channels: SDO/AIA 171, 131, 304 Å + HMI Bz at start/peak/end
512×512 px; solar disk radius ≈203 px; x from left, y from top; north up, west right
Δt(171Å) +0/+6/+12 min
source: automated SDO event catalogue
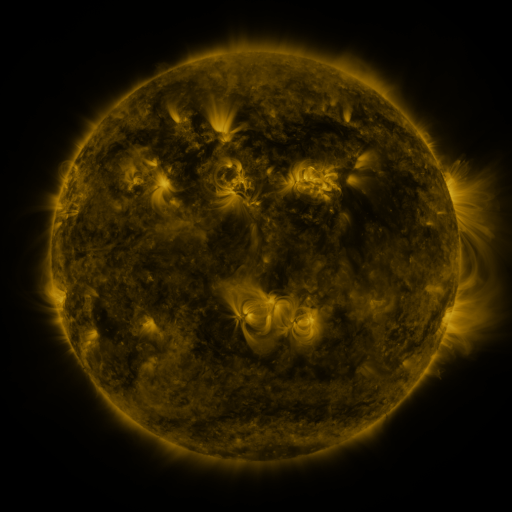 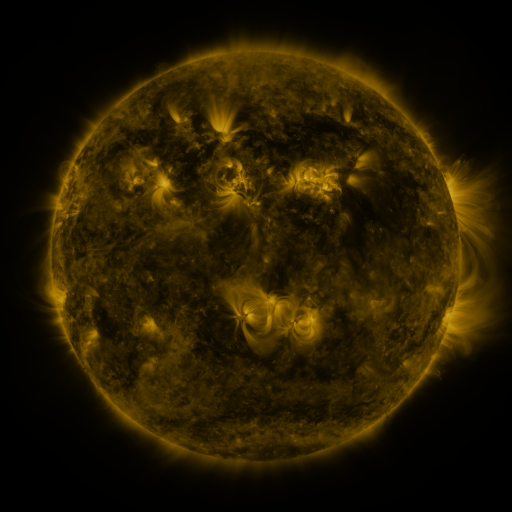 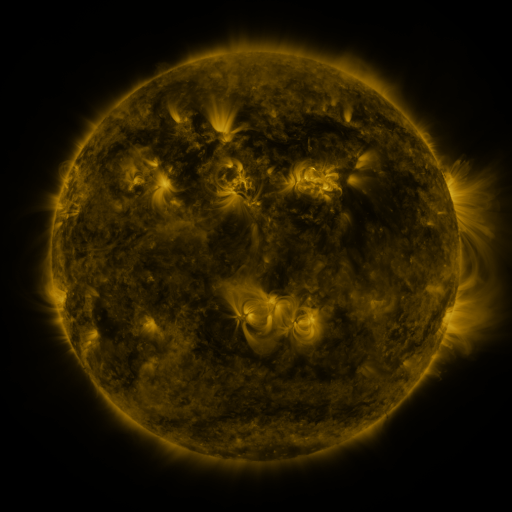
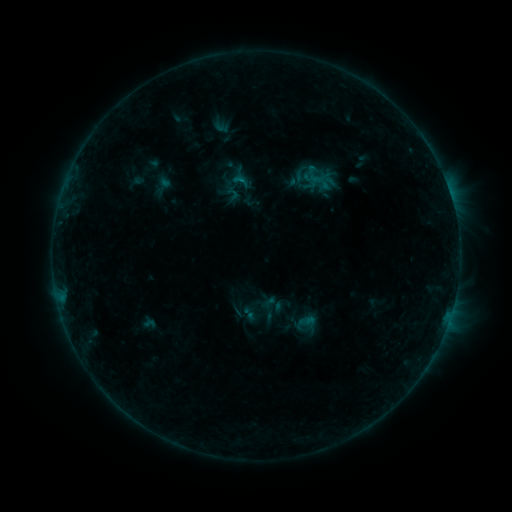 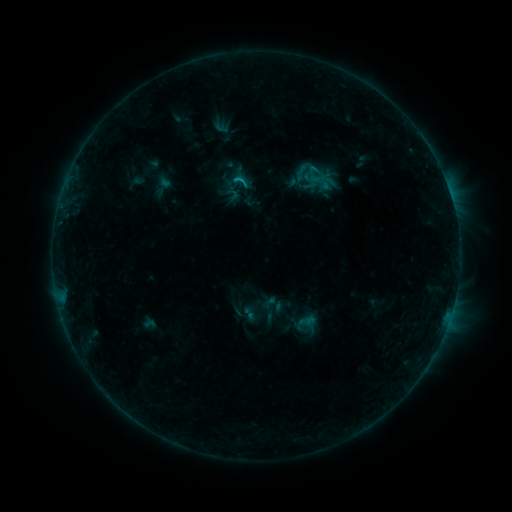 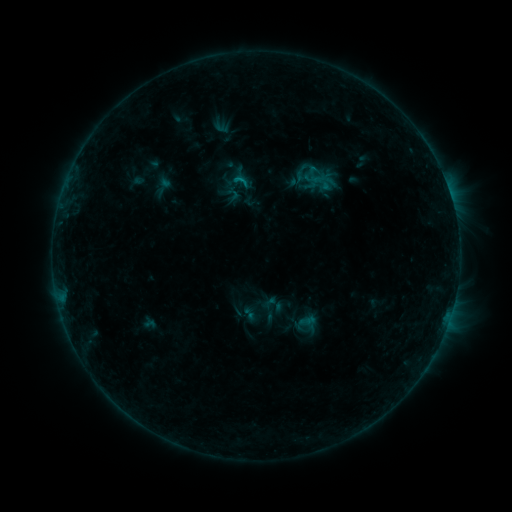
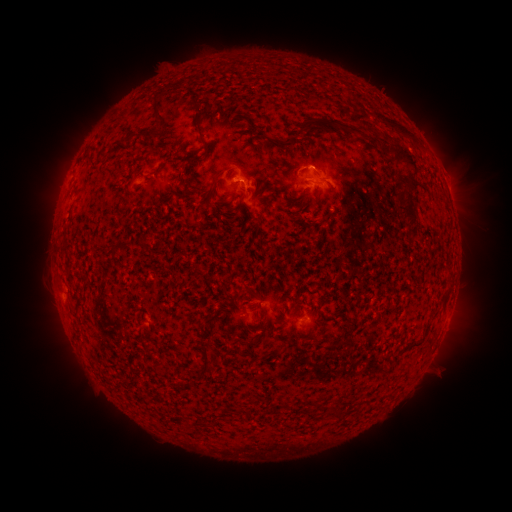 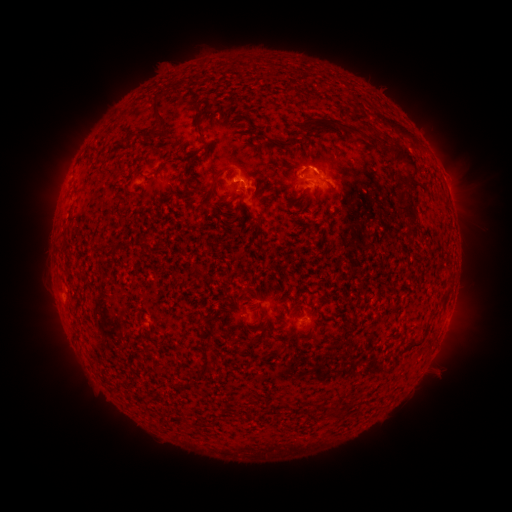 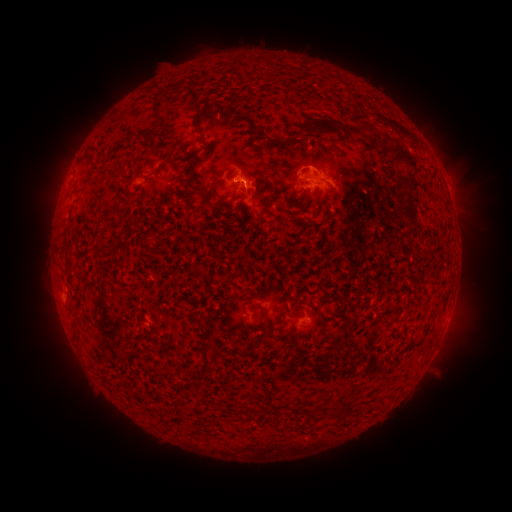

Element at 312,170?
B6.4 flare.